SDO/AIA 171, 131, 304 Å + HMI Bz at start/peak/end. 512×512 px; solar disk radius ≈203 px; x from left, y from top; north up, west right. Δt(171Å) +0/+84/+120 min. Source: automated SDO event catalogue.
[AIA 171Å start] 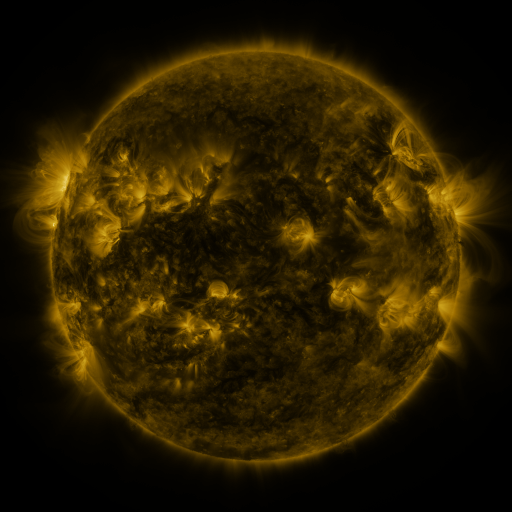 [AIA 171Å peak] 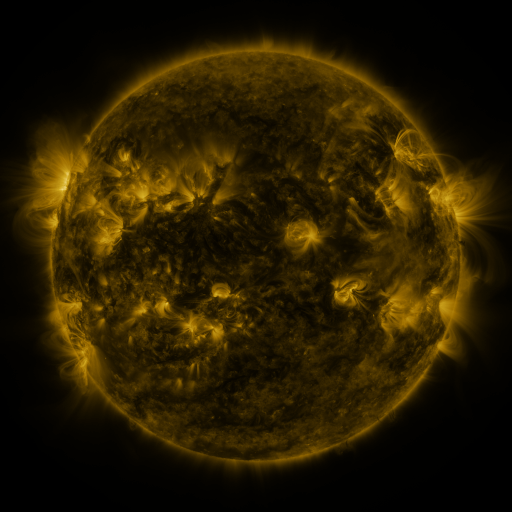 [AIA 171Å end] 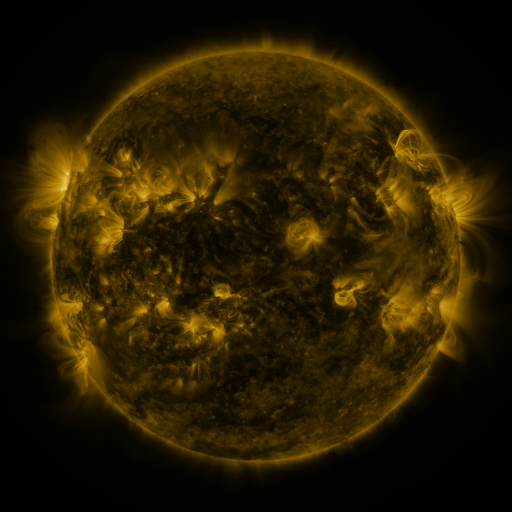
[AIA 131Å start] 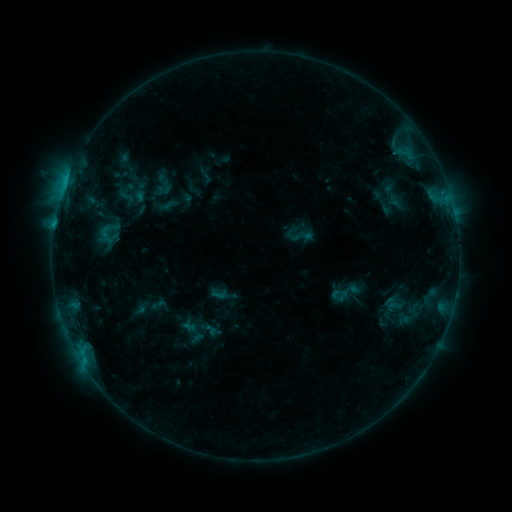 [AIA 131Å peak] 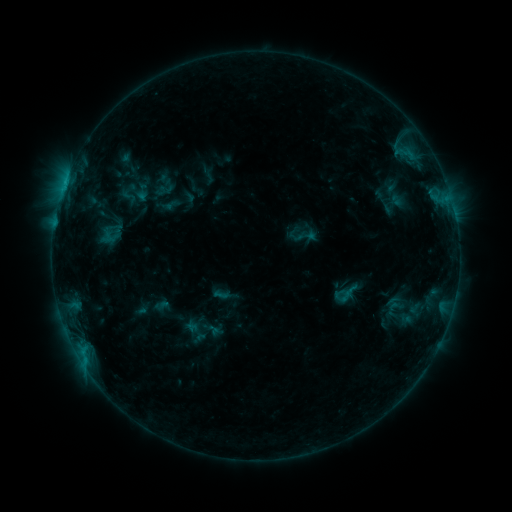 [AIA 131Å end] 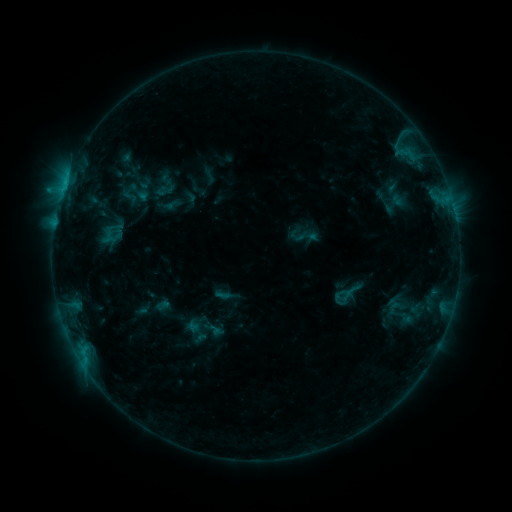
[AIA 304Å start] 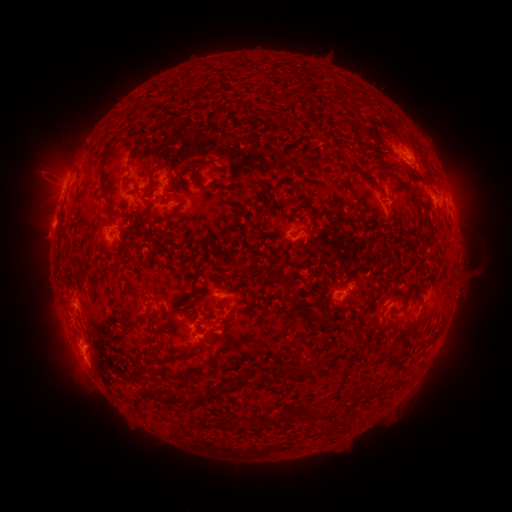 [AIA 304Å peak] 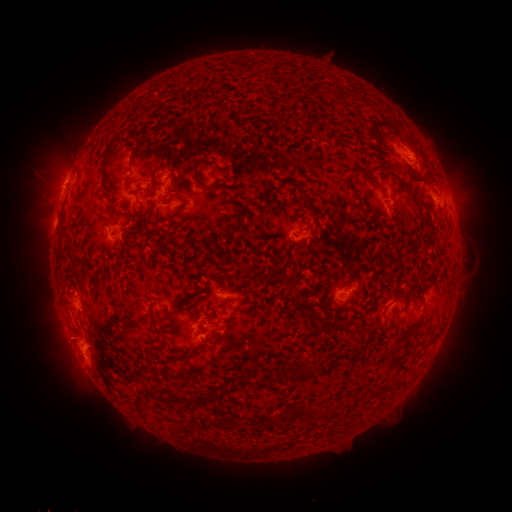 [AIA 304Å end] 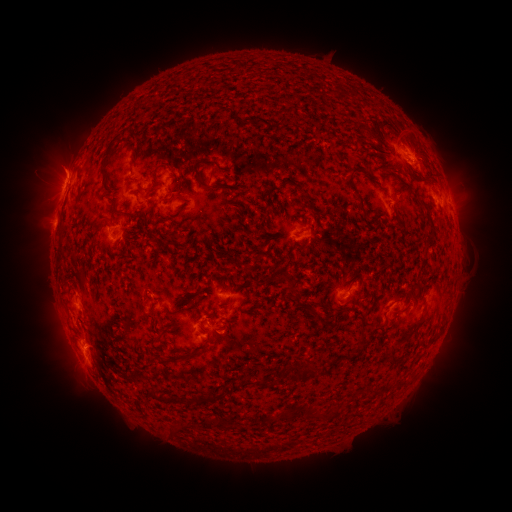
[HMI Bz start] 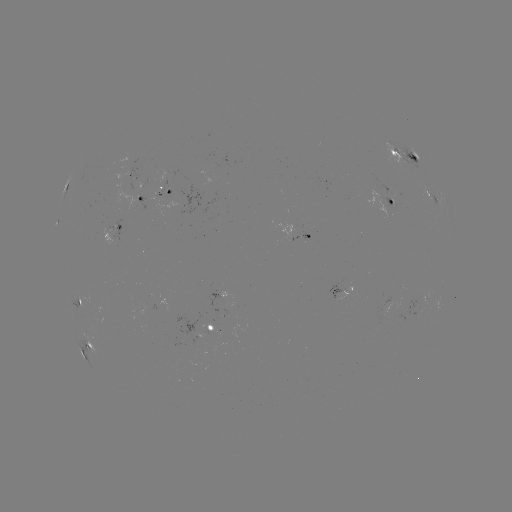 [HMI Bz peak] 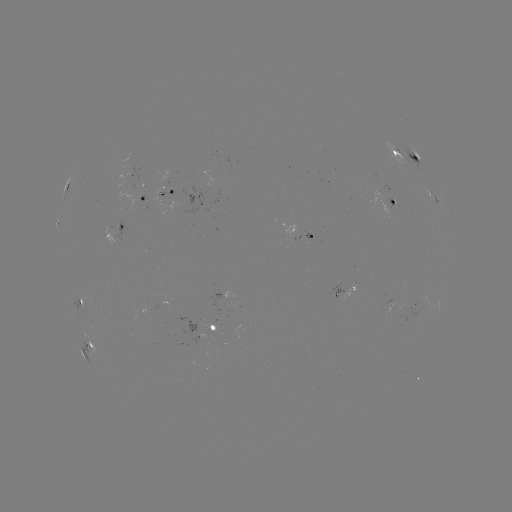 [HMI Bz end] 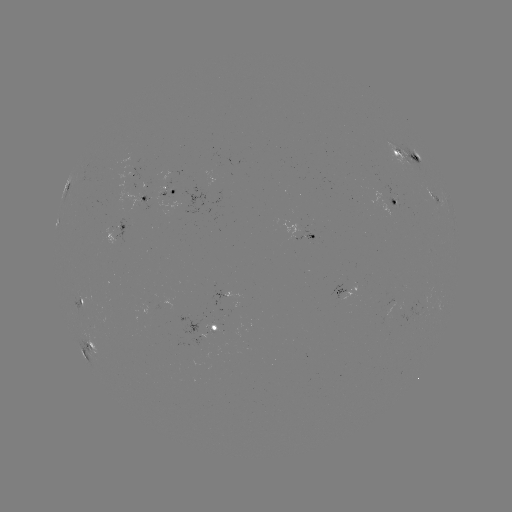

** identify emerging-flux region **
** (373, 183) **